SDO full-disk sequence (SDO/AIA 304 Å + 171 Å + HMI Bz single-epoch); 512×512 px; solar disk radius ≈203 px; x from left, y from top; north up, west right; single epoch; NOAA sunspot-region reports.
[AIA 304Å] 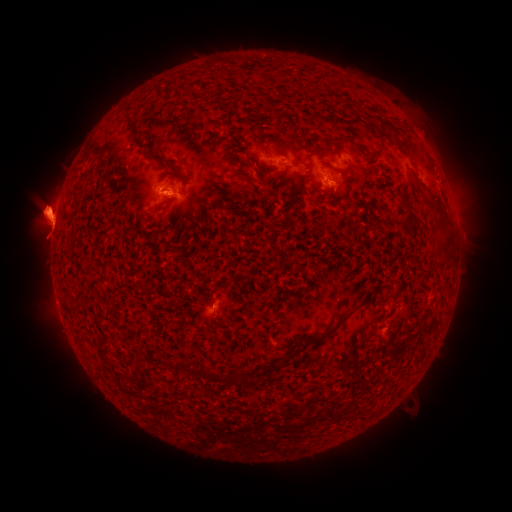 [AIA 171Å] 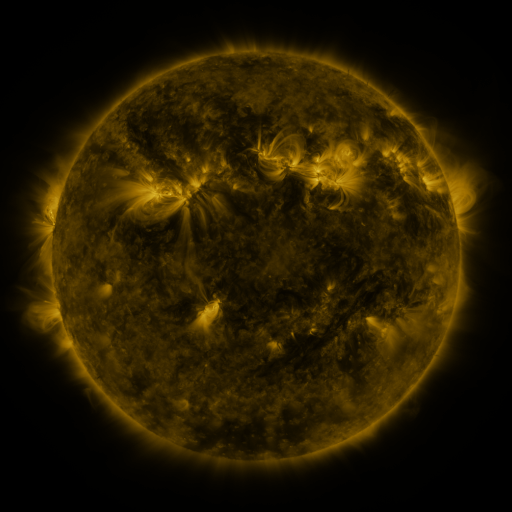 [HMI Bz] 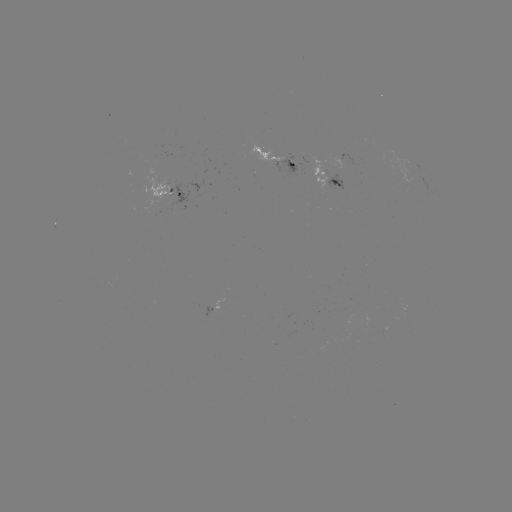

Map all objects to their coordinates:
spotted active region: (278, 157)
spotted active region: (325, 177)
spotted active region: (171, 195)
spotted active region: (219, 302)
